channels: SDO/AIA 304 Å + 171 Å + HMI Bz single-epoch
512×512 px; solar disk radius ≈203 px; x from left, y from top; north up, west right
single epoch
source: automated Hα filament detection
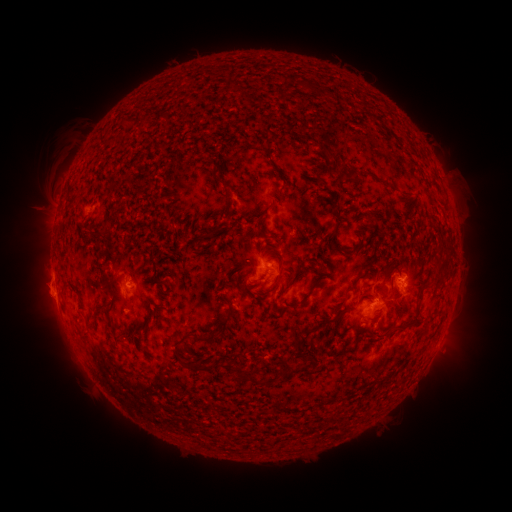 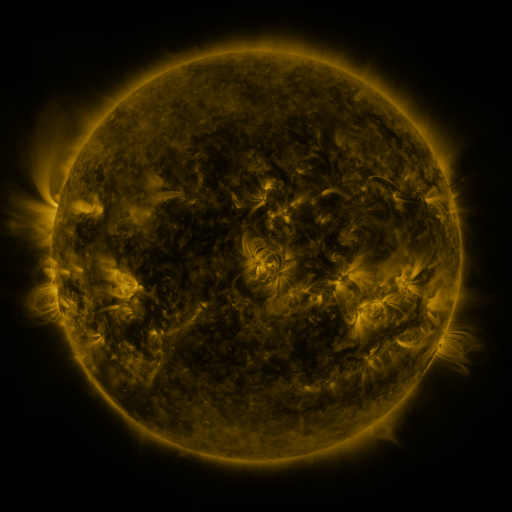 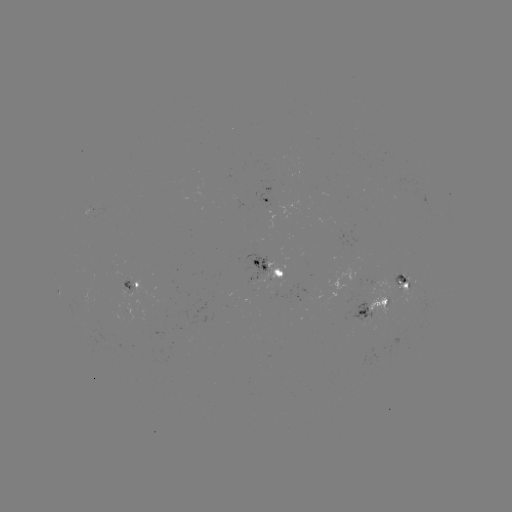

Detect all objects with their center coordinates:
filament: (230, 88)
filament: (325, 150)
filament: (267, 156)
filament: (349, 172)
filament: (216, 181)
filament: (336, 214)
filament: (258, 227)
filament: (215, 231)
filament: (332, 244)
filament: (450, 249)
filament: (302, 260)
filament: (256, 268)
filament: (232, 275)
filament: (292, 281)
filament: (162, 284)
filament: (352, 285)
filament: (311, 290)
filament: (153, 307)
filament: (101, 311)
filament: (403, 324)
filament: (322, 325)
filament: (356, 328)
filament: (219, 331)
filament: (82, 335)
filament: (190, 367)
filament: (298, 370)
filament: (251, 376)
